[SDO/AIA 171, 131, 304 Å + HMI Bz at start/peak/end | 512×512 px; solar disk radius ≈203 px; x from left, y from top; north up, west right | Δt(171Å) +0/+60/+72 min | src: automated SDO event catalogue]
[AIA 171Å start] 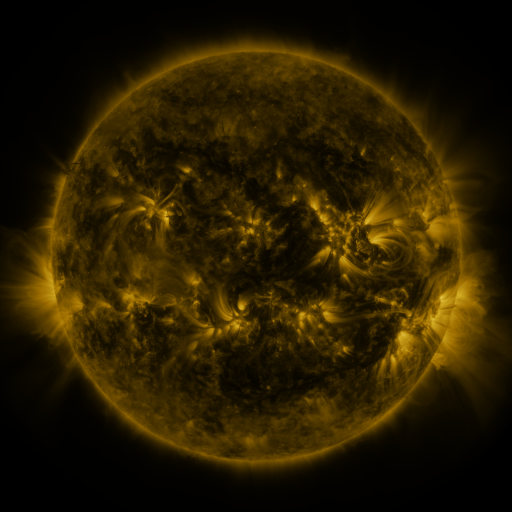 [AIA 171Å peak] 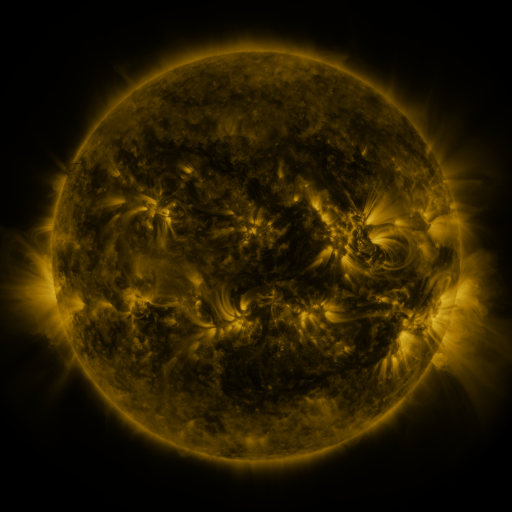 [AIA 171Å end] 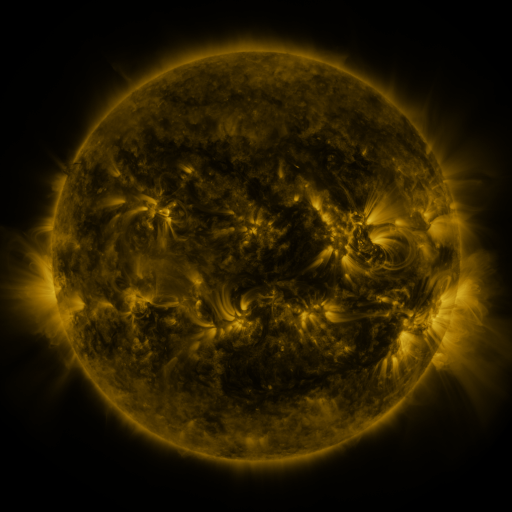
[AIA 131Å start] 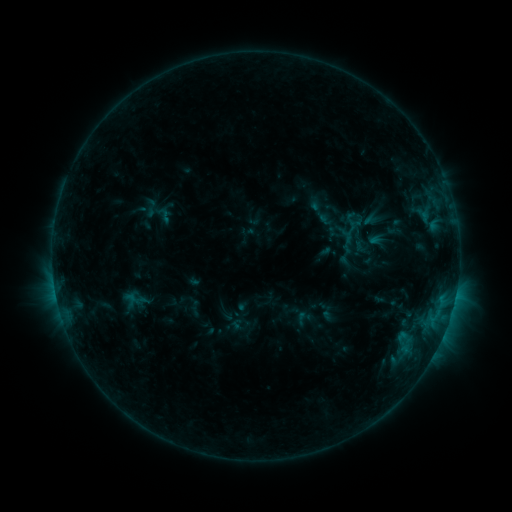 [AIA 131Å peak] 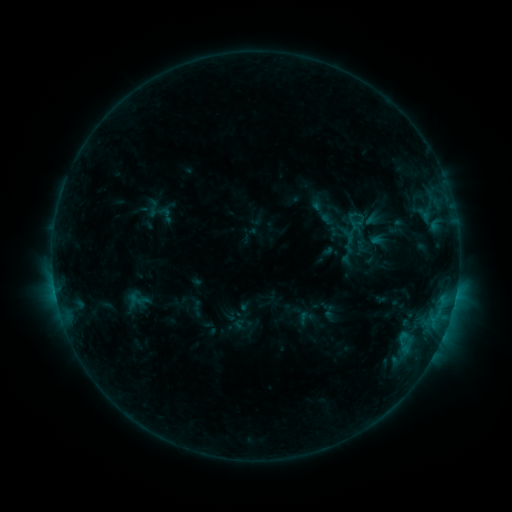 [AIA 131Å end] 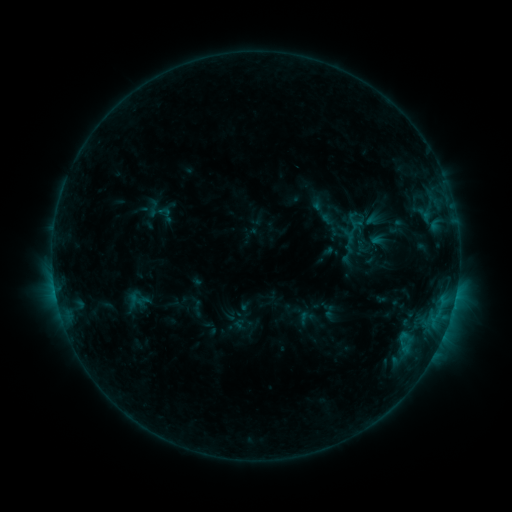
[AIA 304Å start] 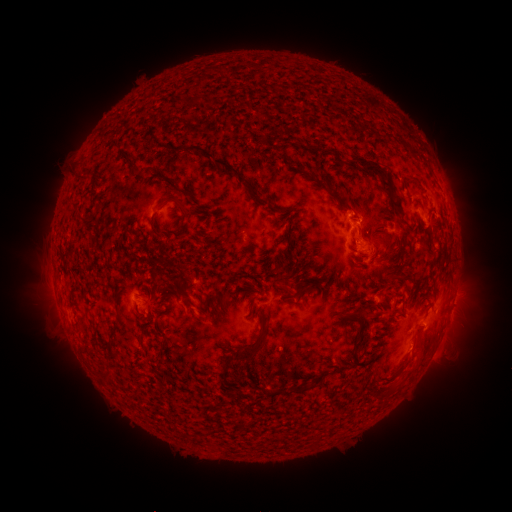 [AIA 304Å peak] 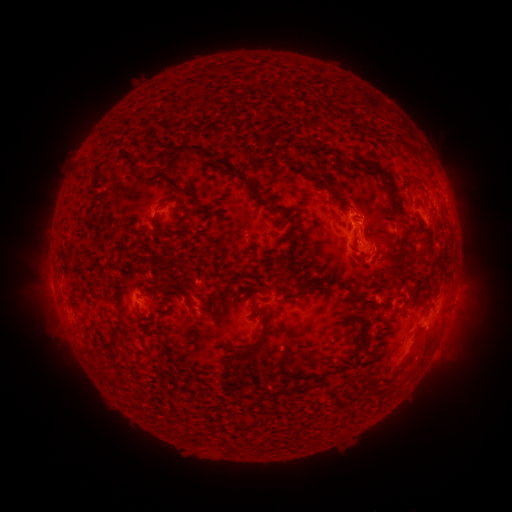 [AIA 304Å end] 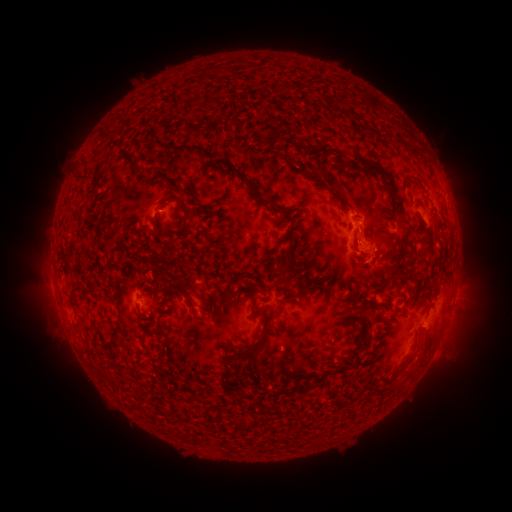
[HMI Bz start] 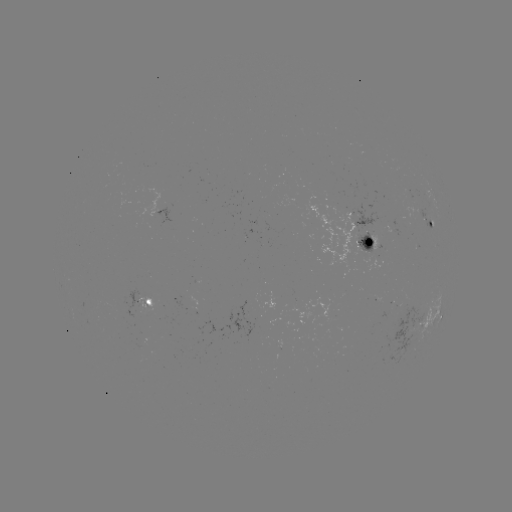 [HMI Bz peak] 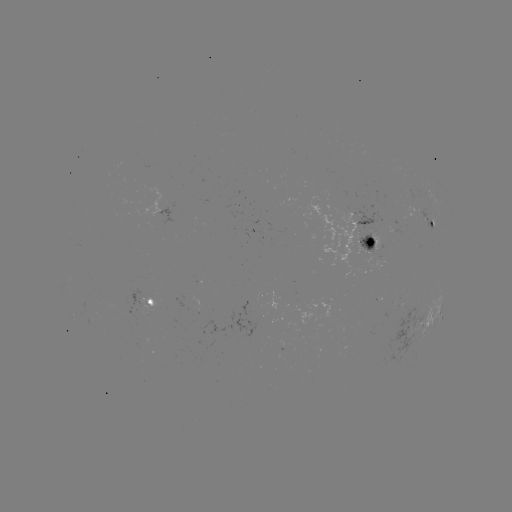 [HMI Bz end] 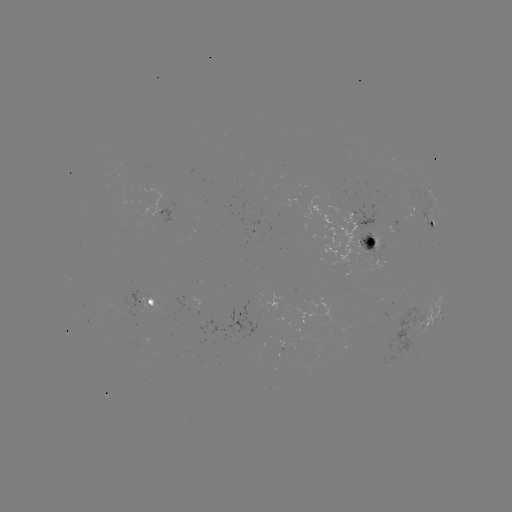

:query emerging-flux region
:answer [346, 223]